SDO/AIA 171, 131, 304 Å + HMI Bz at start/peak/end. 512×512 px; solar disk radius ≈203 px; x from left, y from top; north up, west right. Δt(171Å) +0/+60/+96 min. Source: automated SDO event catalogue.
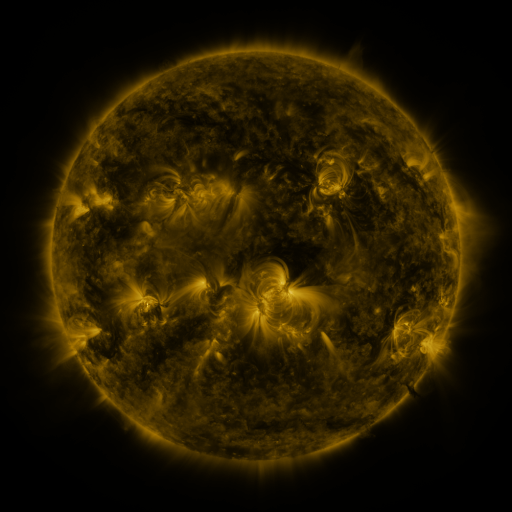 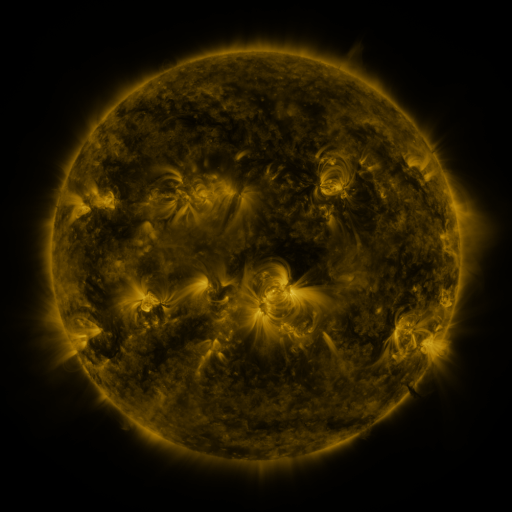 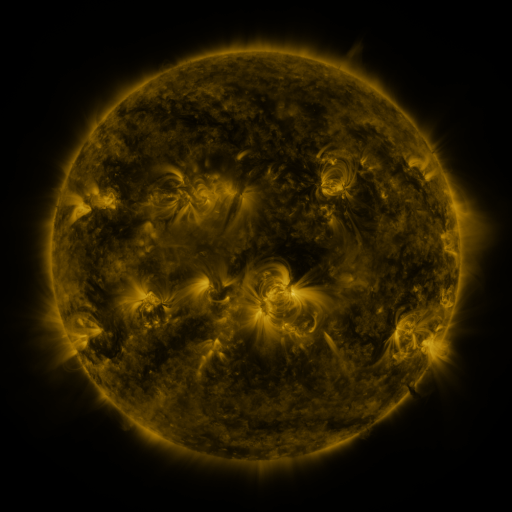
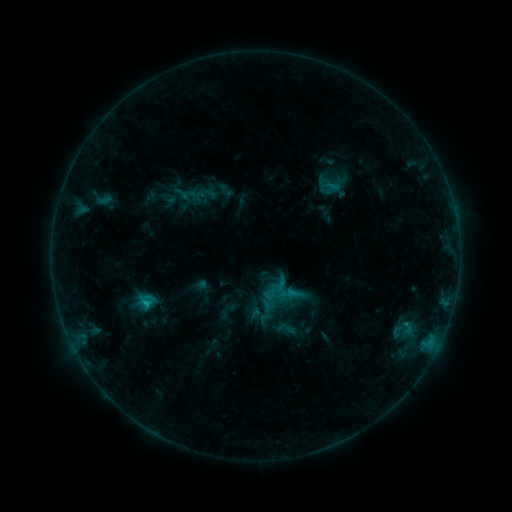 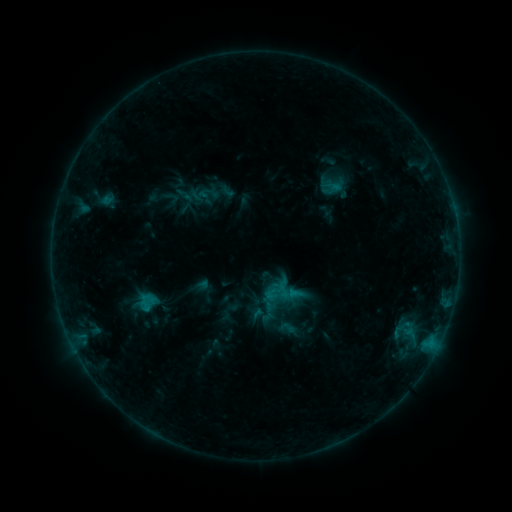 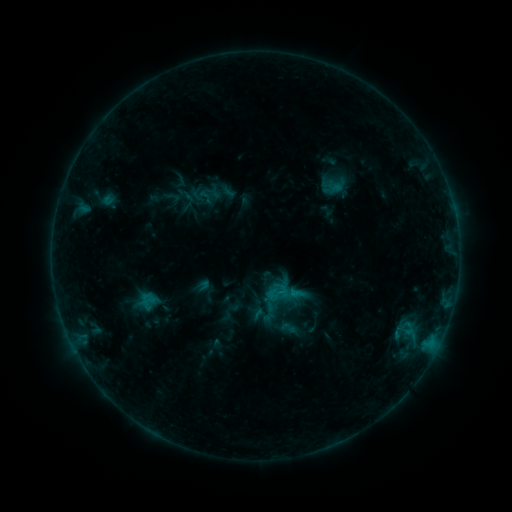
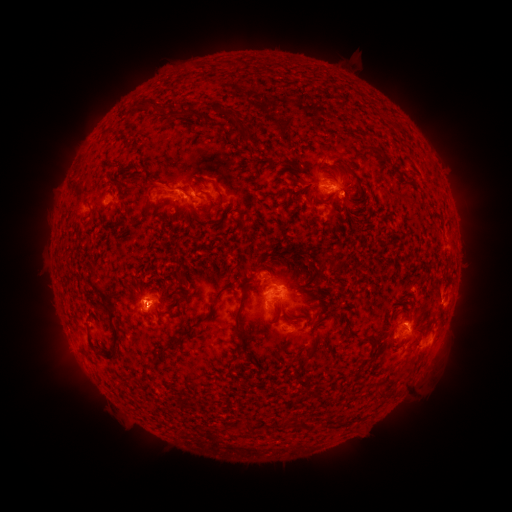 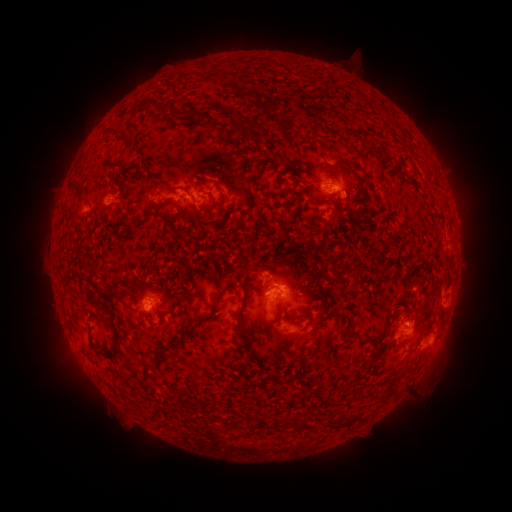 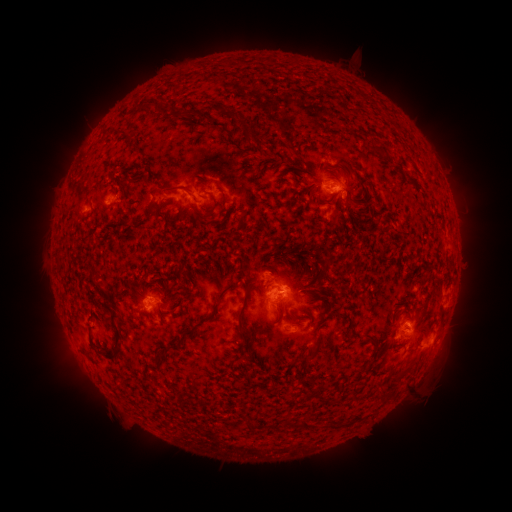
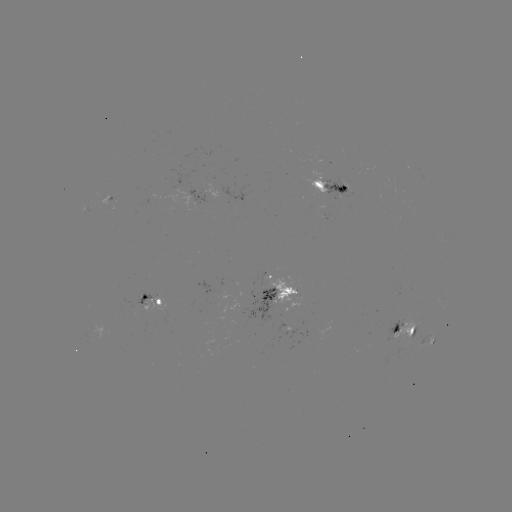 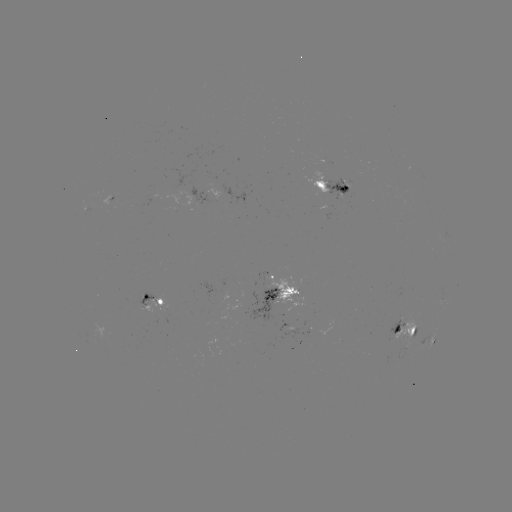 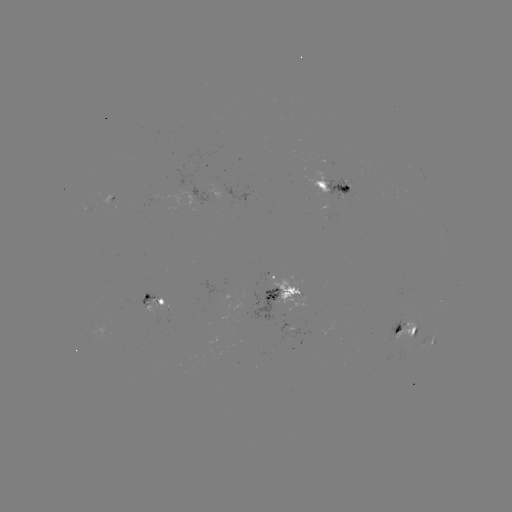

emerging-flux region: [322, 177, 351, 203]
